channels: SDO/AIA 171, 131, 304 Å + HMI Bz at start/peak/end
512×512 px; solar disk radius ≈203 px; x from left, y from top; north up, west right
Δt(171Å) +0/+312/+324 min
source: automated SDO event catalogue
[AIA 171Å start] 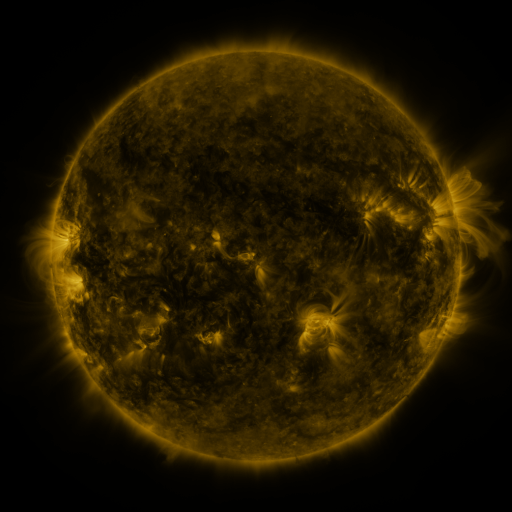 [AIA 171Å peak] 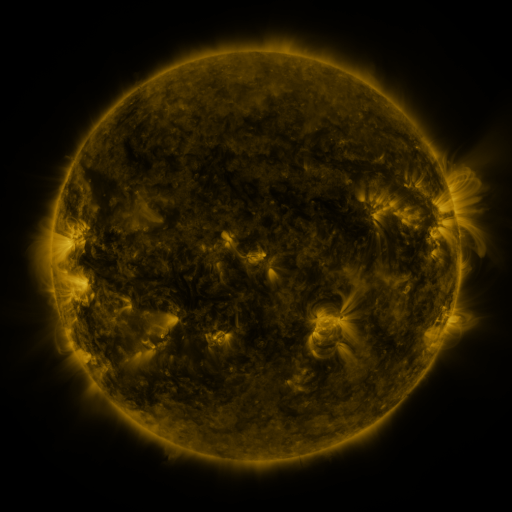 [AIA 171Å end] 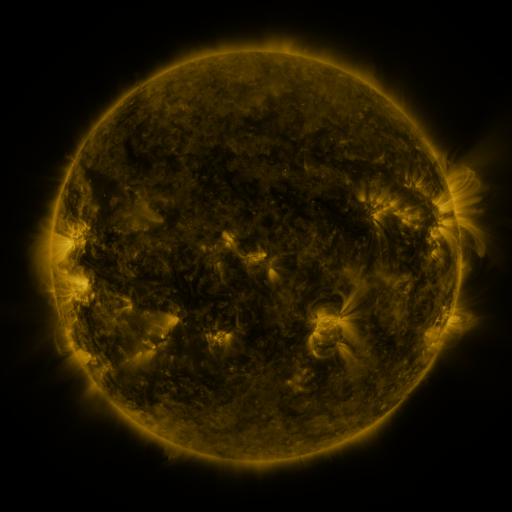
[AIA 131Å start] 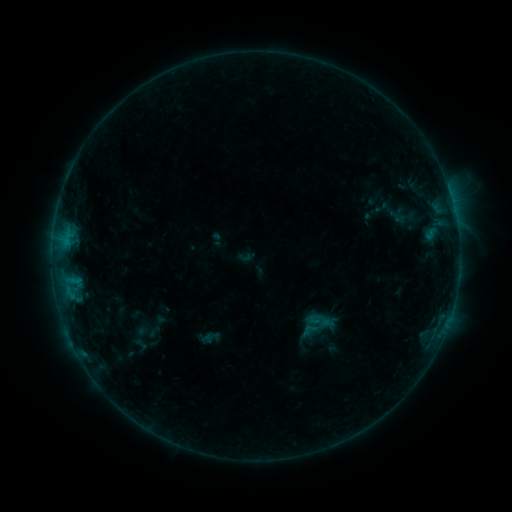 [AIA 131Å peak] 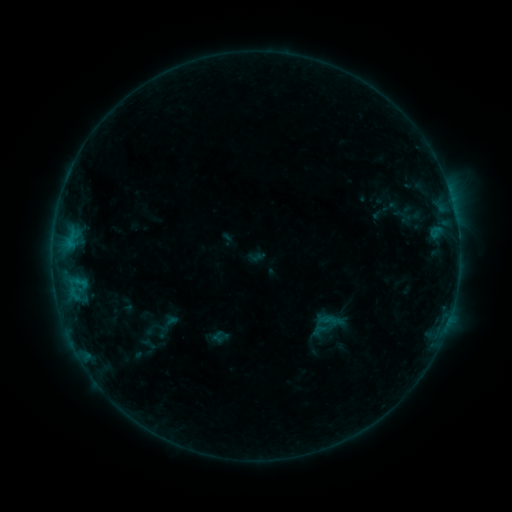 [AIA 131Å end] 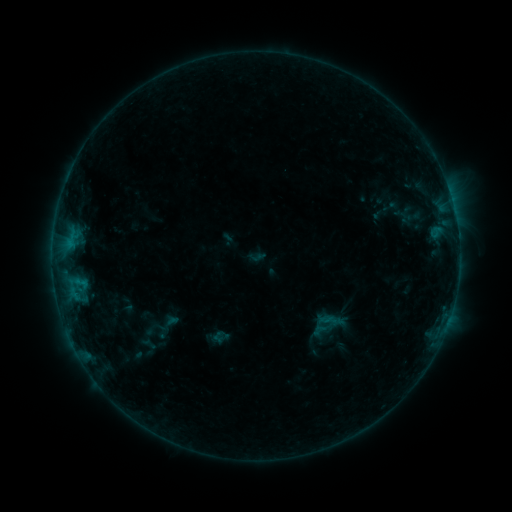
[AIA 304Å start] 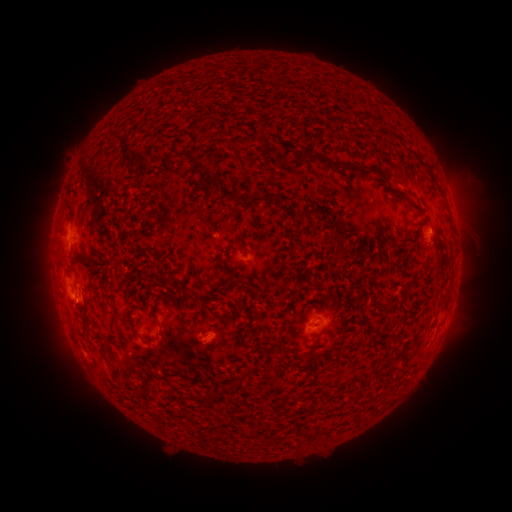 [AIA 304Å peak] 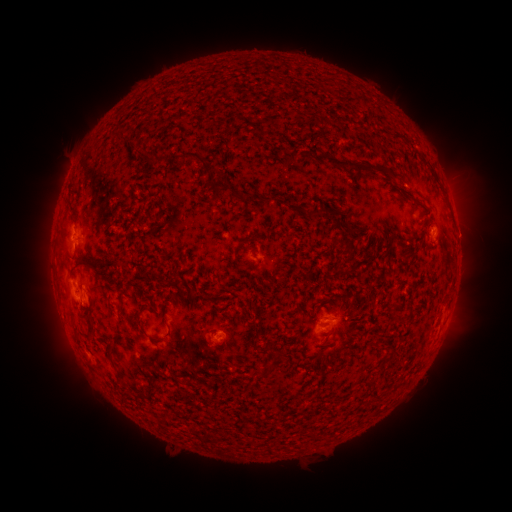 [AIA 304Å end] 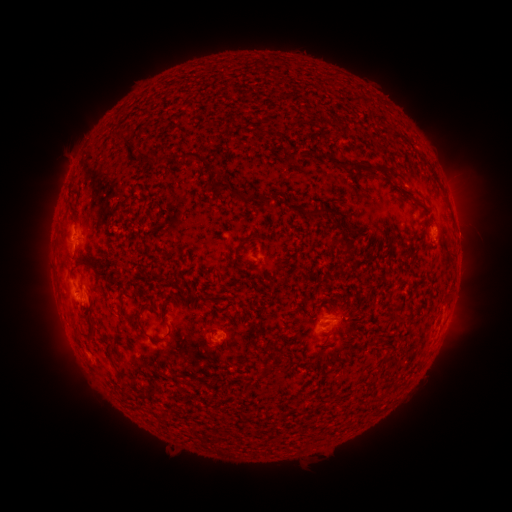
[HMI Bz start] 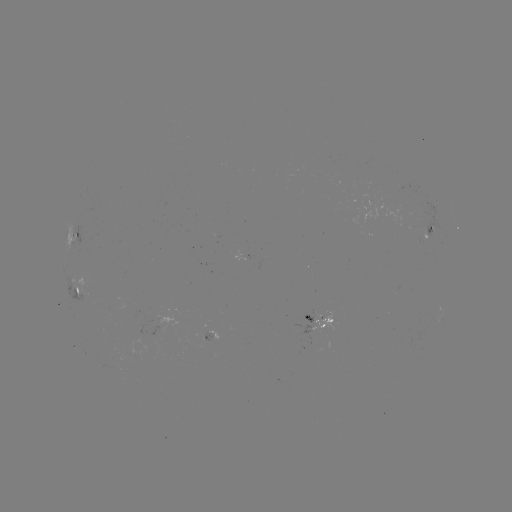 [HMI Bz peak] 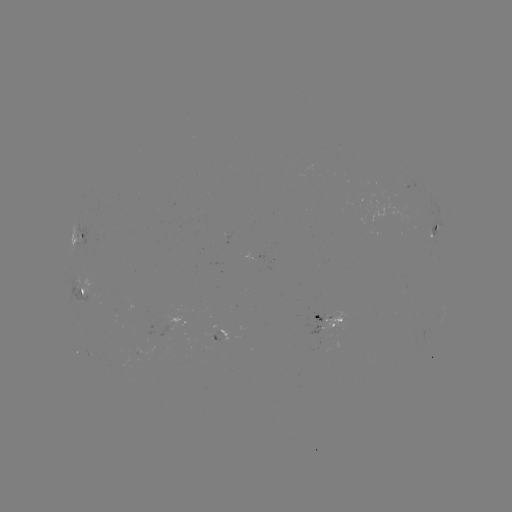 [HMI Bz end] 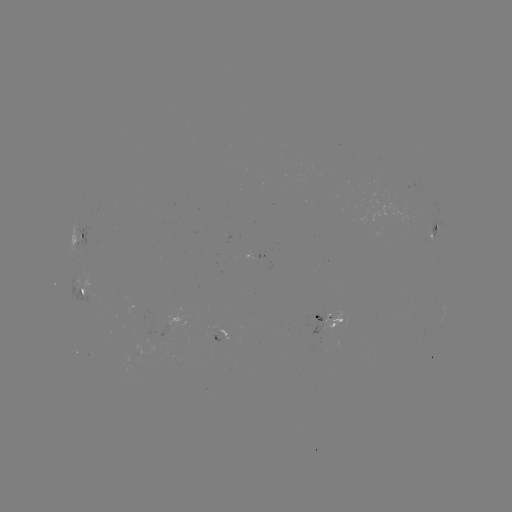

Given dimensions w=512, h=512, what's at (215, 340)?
emerging-flux region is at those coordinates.